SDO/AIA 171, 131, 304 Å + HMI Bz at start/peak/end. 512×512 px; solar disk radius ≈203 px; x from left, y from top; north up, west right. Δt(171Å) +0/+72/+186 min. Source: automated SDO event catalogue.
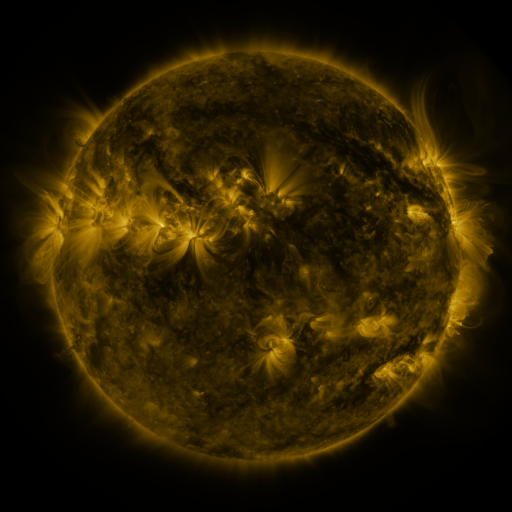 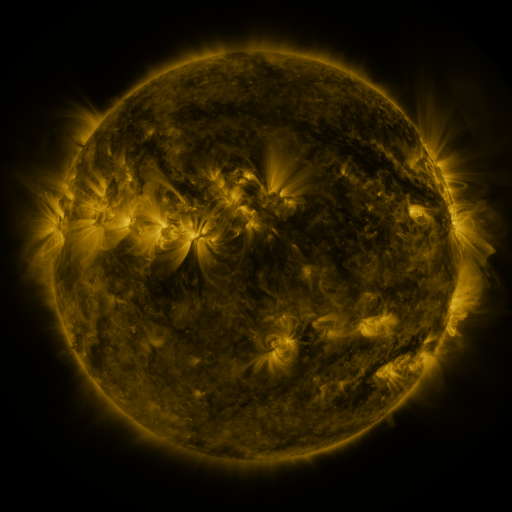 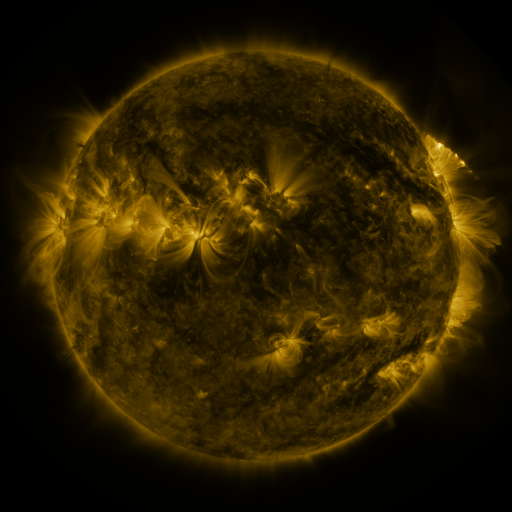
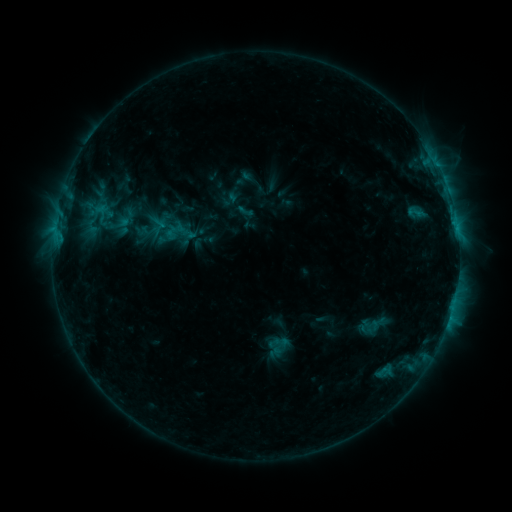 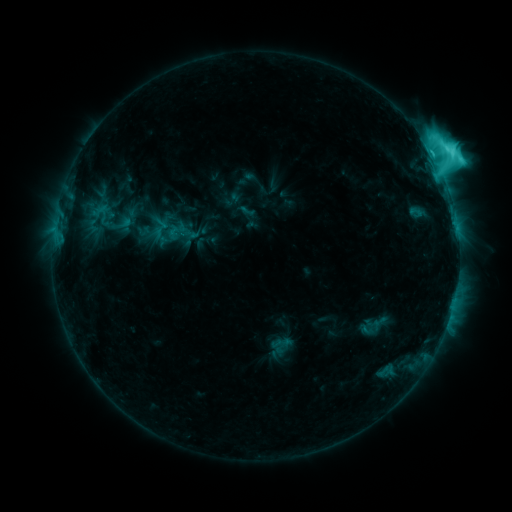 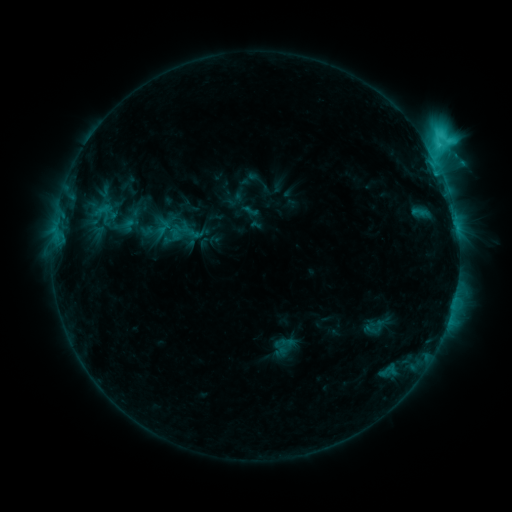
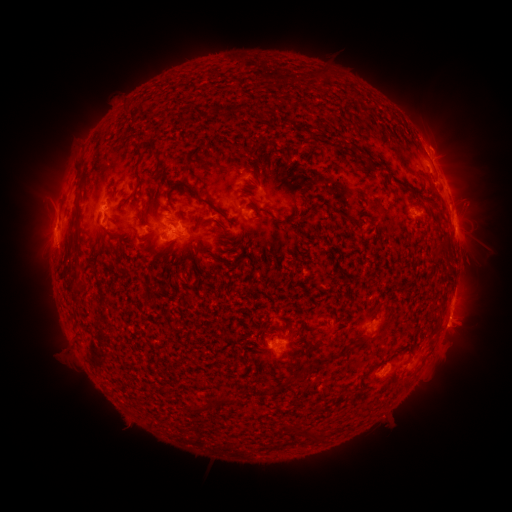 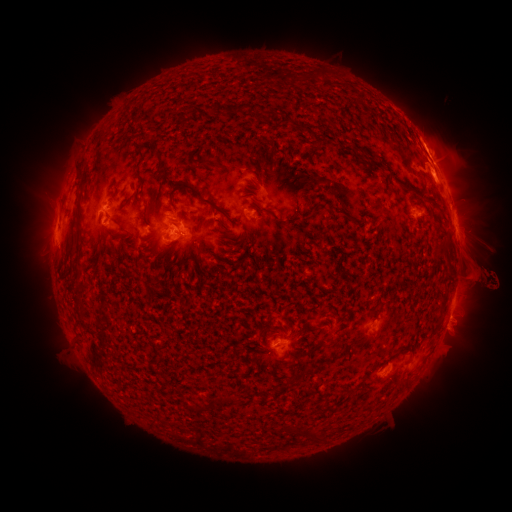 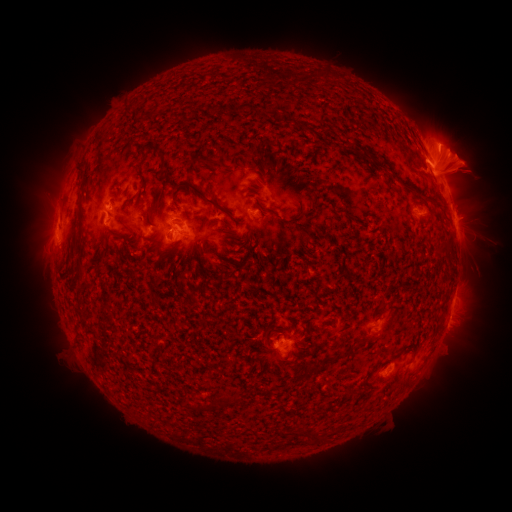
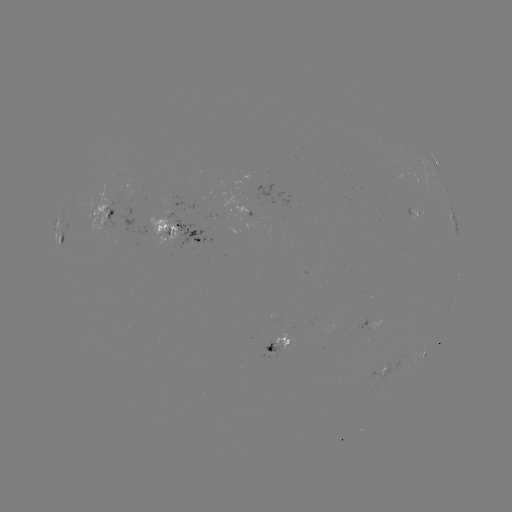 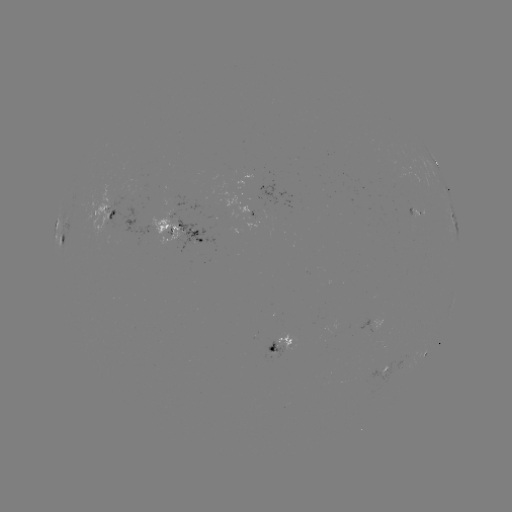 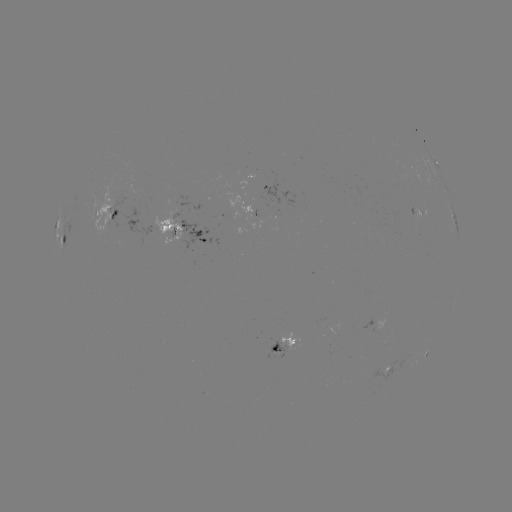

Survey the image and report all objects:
M1.3 flare: (435, 174)
